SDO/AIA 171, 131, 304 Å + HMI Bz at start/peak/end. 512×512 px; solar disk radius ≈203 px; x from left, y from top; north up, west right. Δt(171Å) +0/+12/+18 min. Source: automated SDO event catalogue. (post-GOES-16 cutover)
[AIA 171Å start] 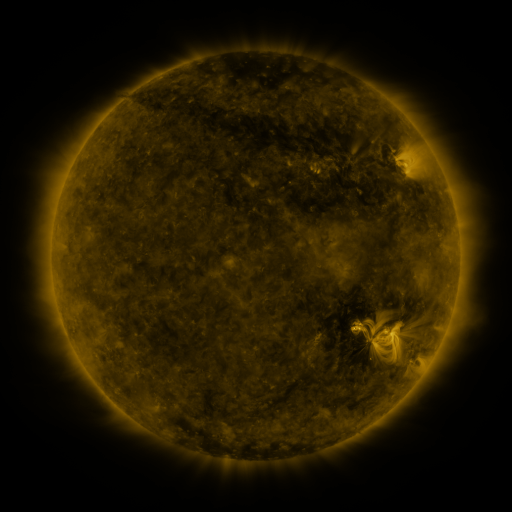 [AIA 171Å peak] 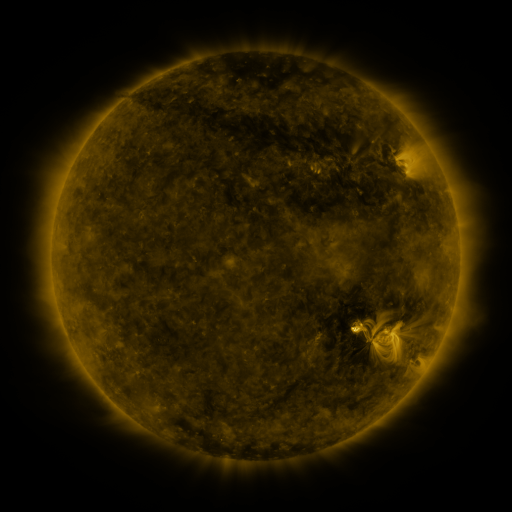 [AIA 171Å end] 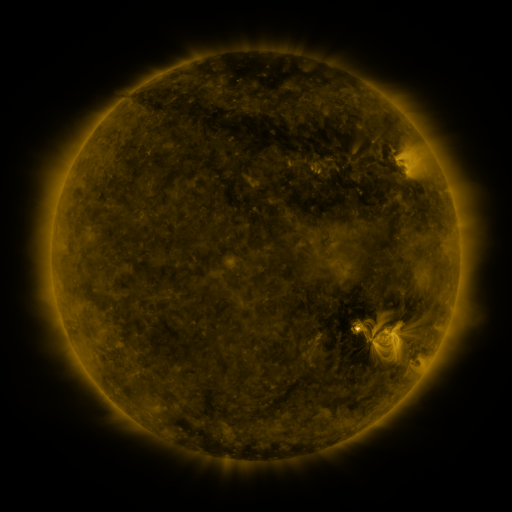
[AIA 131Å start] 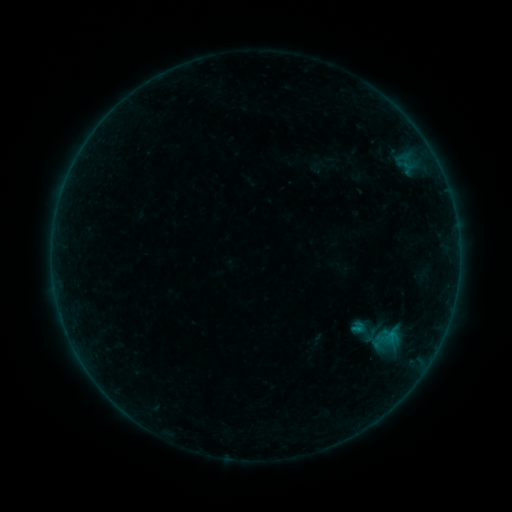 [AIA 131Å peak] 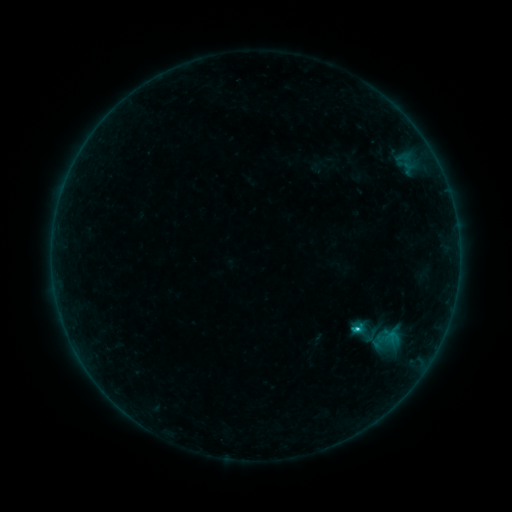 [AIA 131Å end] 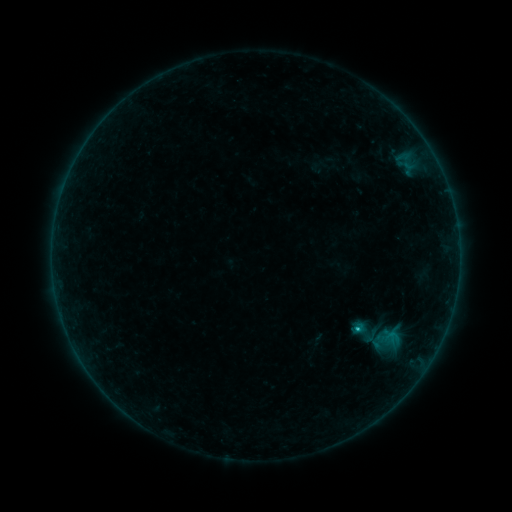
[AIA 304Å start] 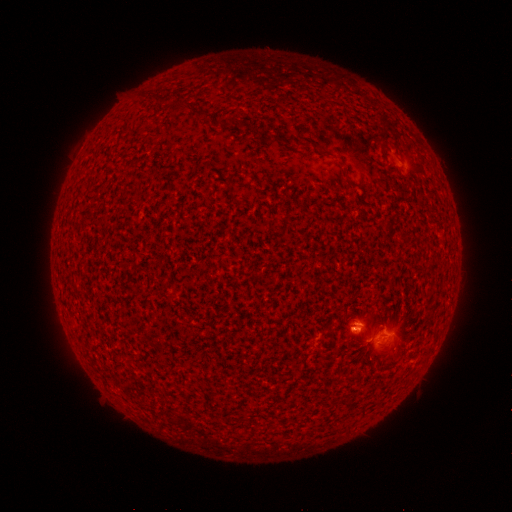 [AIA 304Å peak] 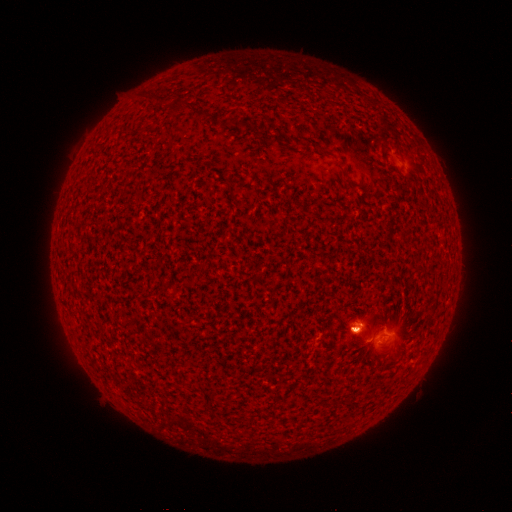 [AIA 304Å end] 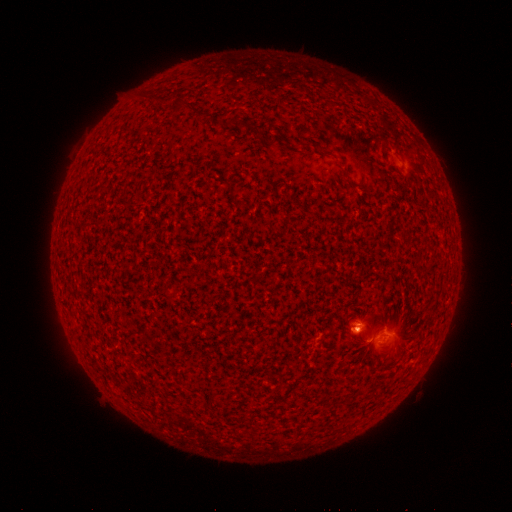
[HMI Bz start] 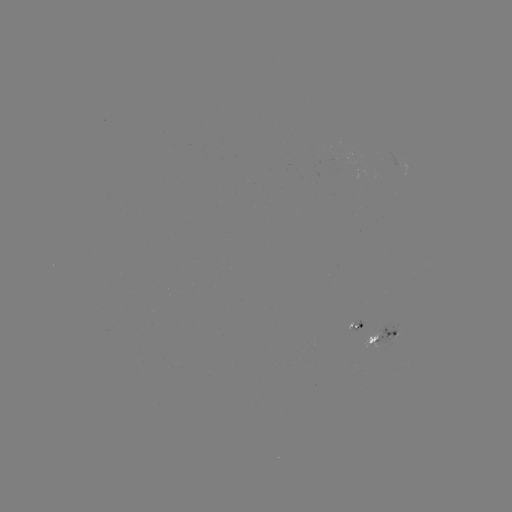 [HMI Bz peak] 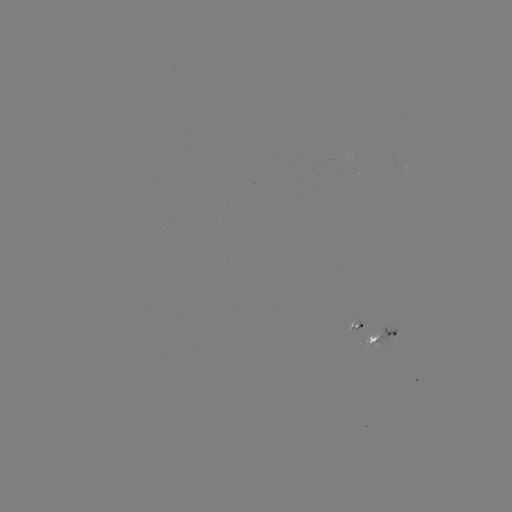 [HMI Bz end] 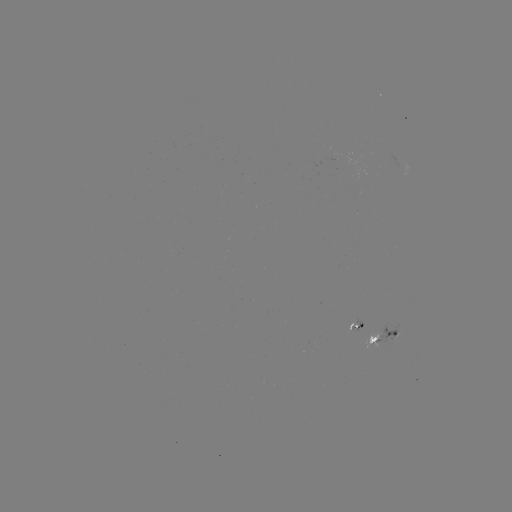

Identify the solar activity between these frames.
C1.4 flare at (356, 329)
